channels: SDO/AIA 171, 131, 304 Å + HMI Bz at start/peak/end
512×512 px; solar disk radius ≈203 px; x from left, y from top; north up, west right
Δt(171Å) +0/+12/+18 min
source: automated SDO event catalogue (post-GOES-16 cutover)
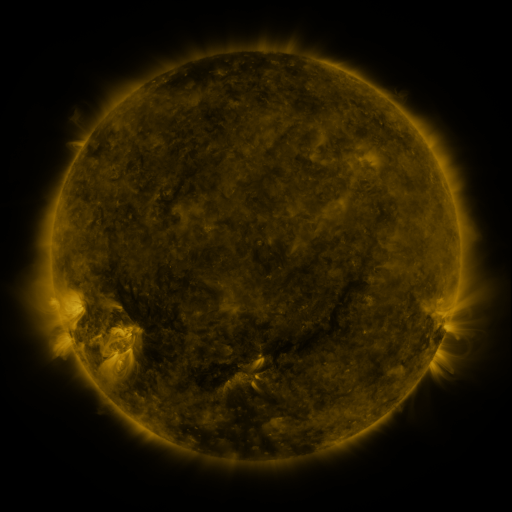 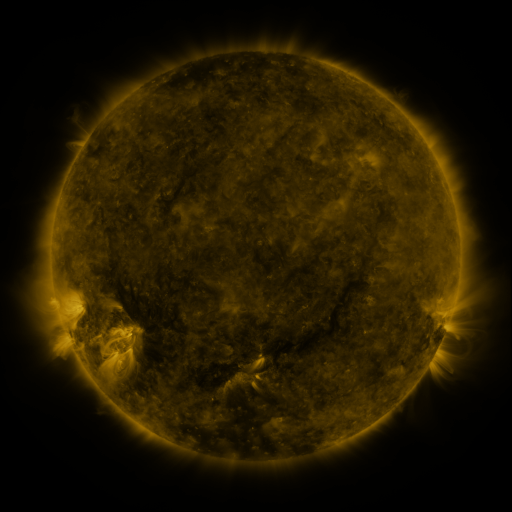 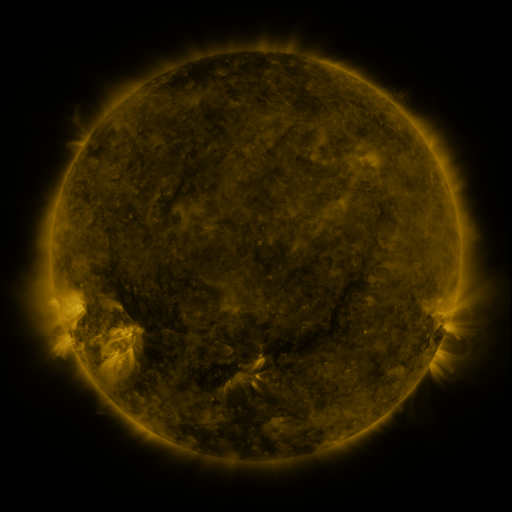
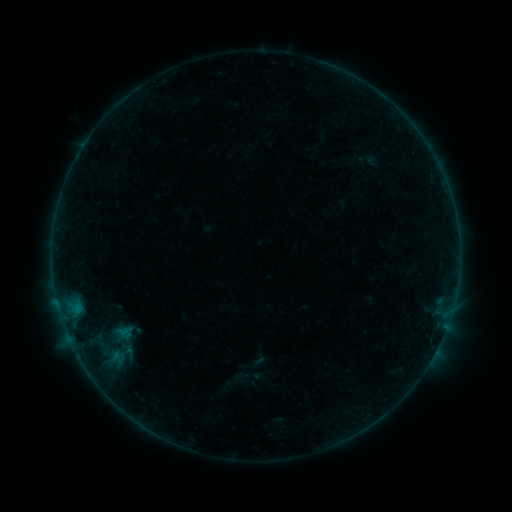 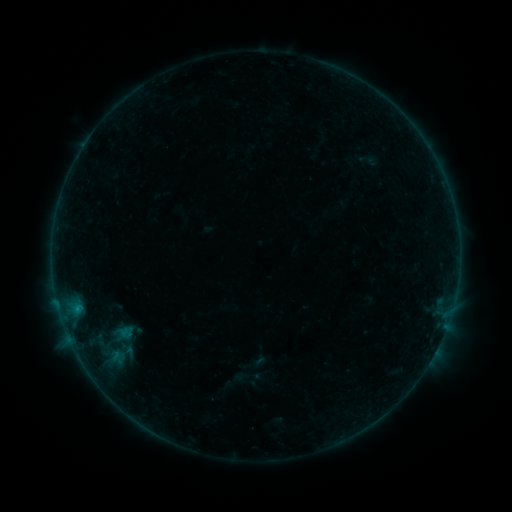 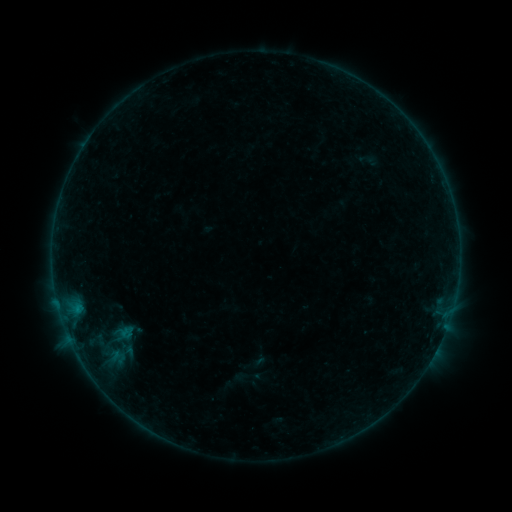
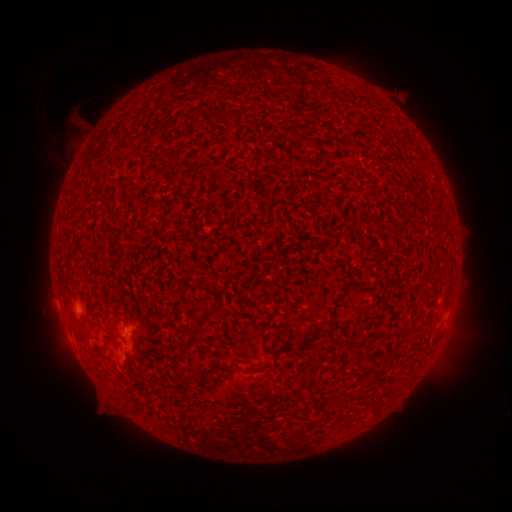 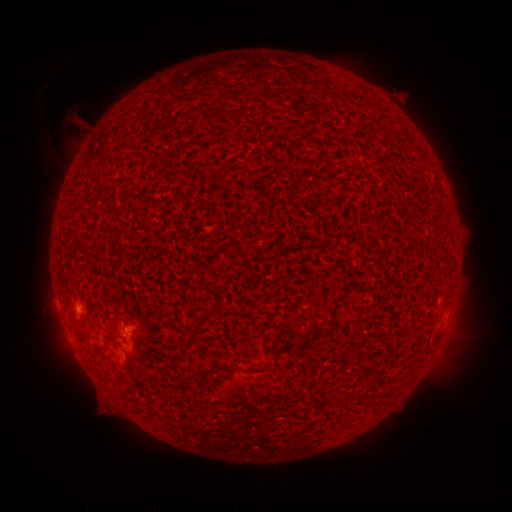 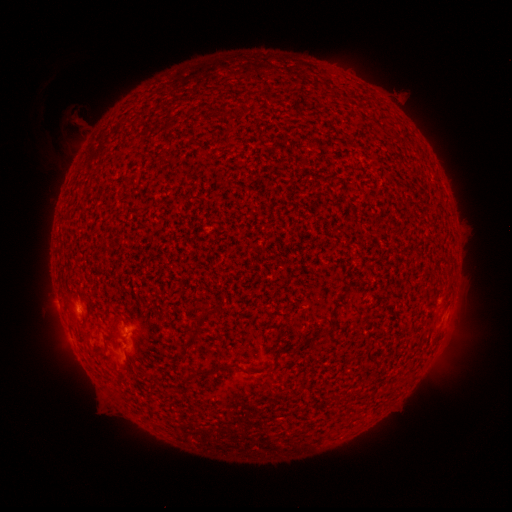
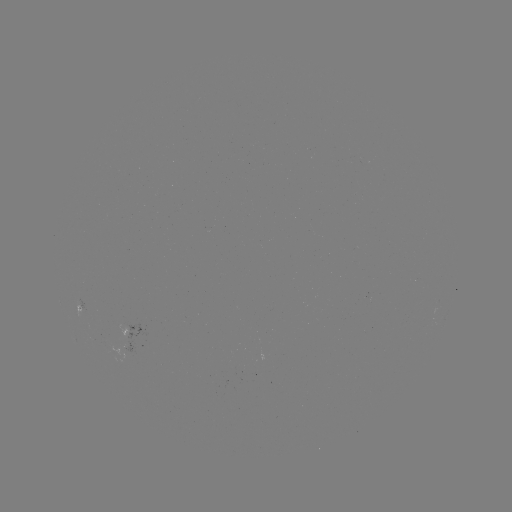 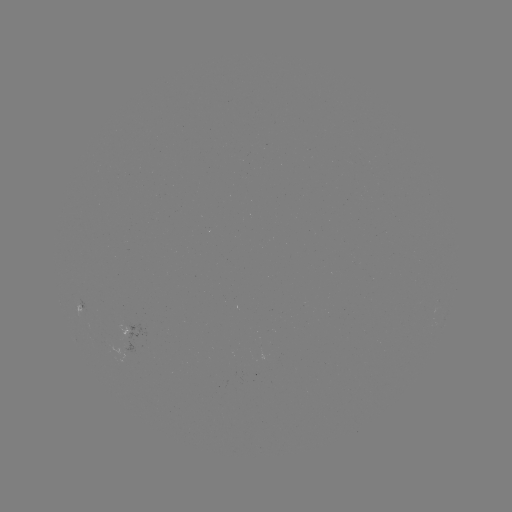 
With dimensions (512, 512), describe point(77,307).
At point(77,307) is B1.7 flare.